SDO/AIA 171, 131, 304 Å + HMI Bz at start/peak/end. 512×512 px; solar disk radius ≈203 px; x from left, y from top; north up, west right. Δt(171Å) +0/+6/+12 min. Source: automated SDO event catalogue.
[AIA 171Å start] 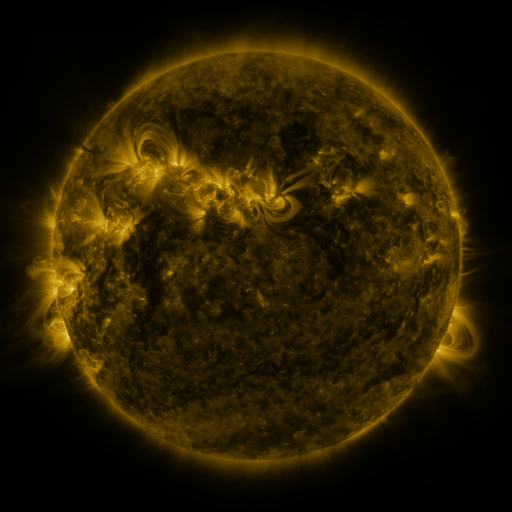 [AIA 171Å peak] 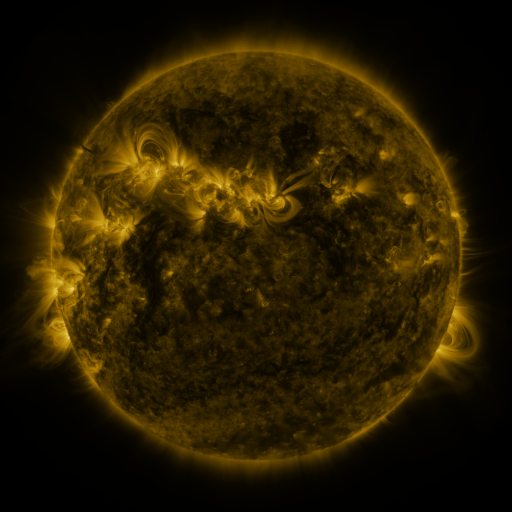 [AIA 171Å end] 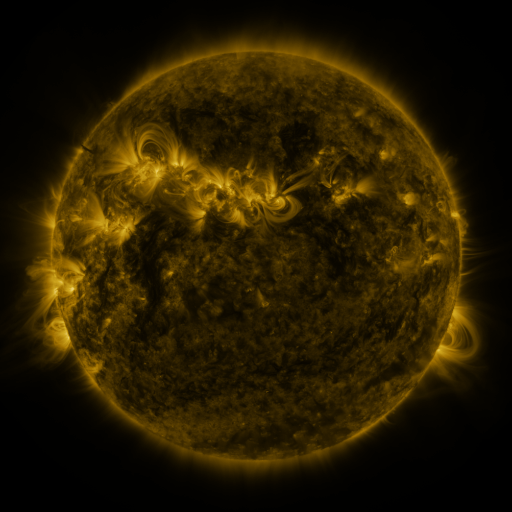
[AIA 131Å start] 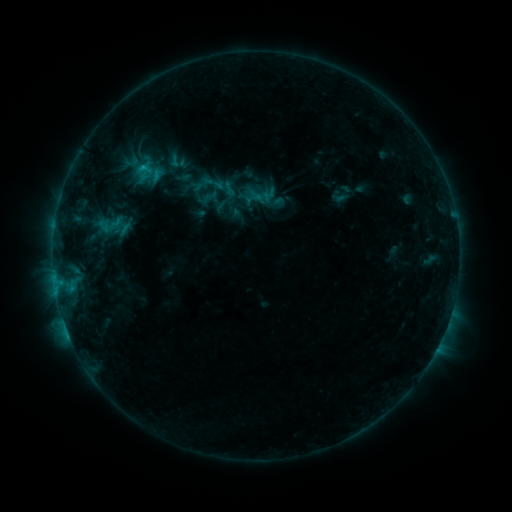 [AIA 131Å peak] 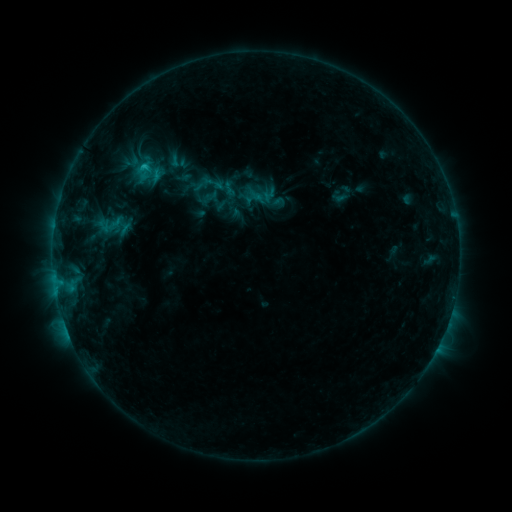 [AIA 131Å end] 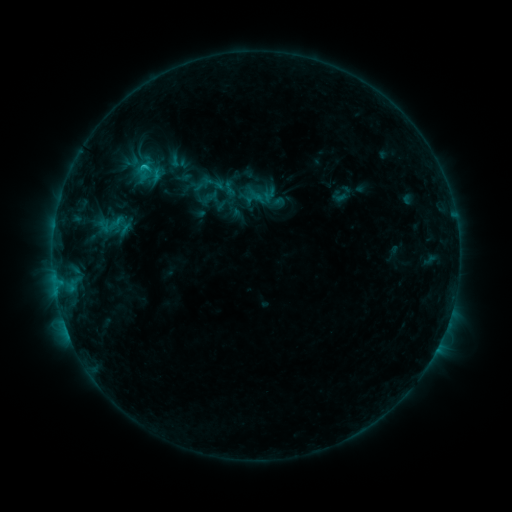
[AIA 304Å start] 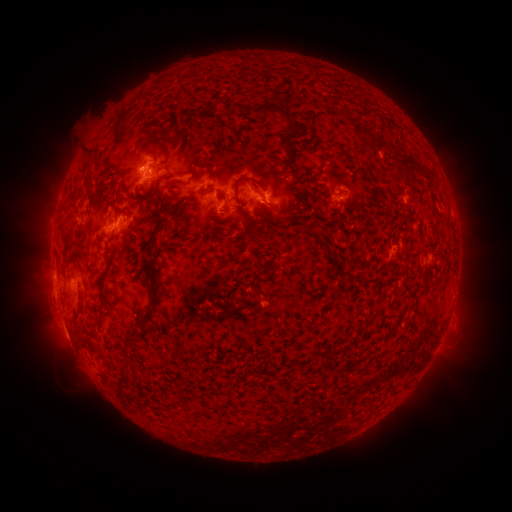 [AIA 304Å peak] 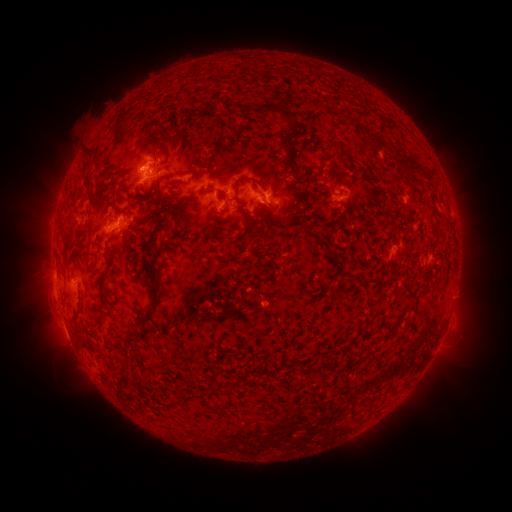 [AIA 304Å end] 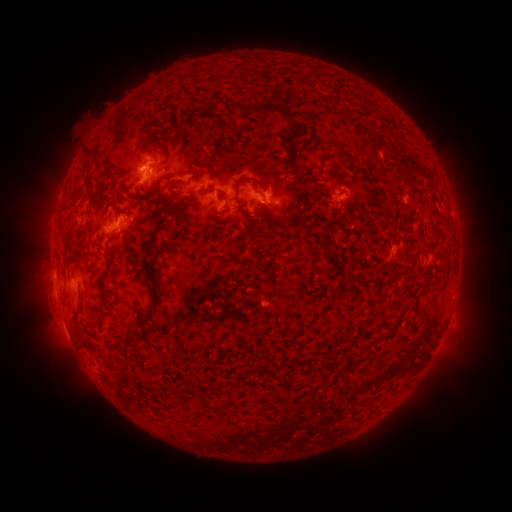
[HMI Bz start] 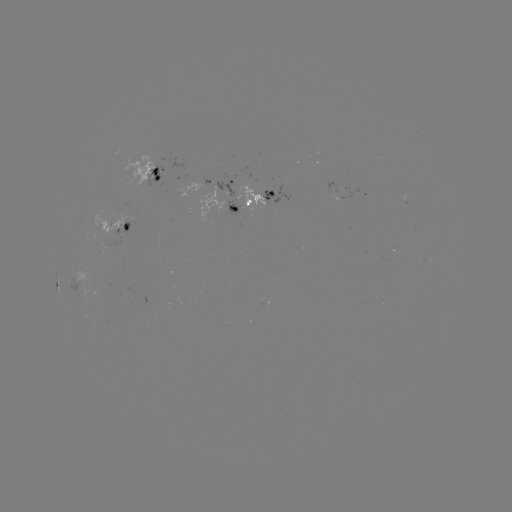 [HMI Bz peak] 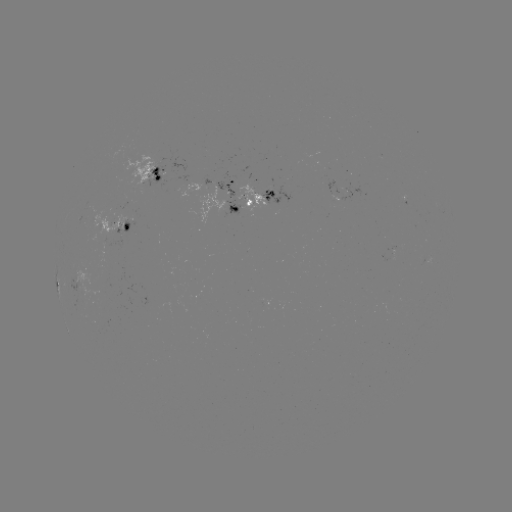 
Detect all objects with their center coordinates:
C1.1 flare: (144, 168)
